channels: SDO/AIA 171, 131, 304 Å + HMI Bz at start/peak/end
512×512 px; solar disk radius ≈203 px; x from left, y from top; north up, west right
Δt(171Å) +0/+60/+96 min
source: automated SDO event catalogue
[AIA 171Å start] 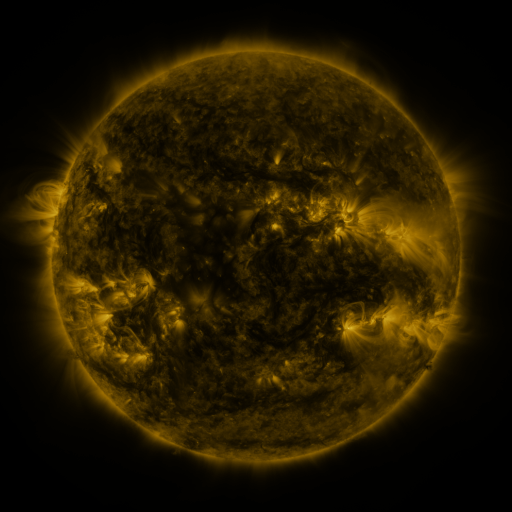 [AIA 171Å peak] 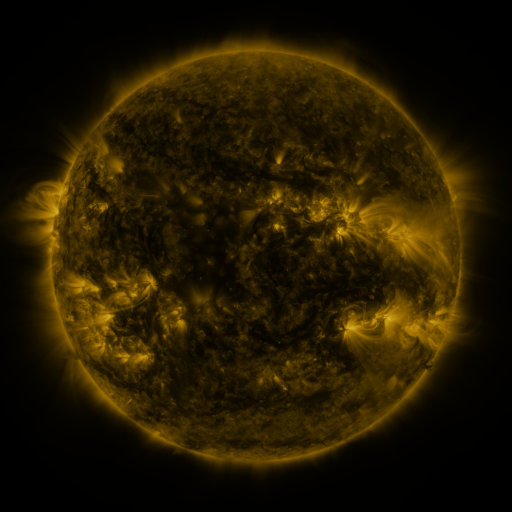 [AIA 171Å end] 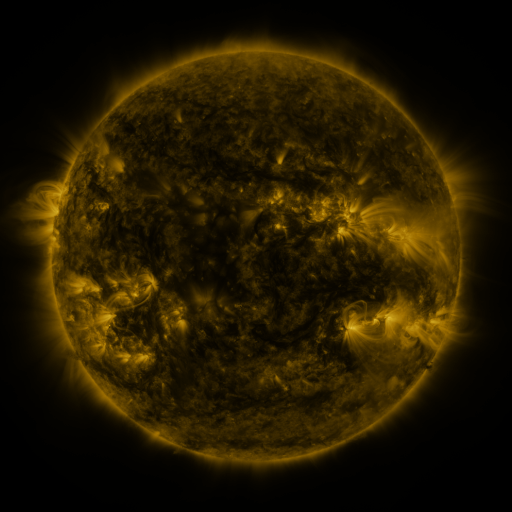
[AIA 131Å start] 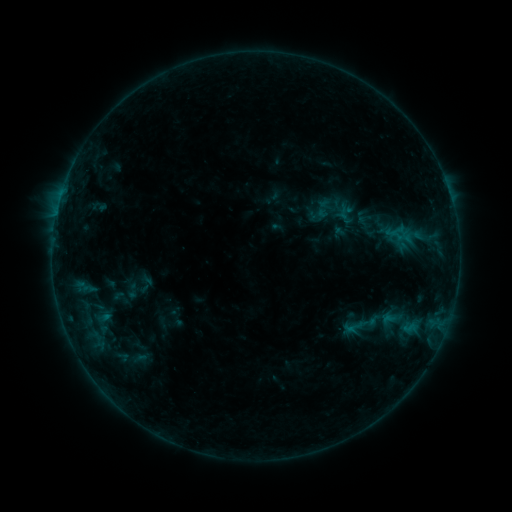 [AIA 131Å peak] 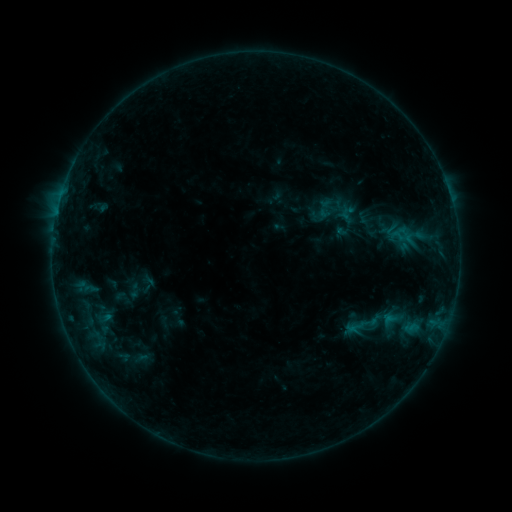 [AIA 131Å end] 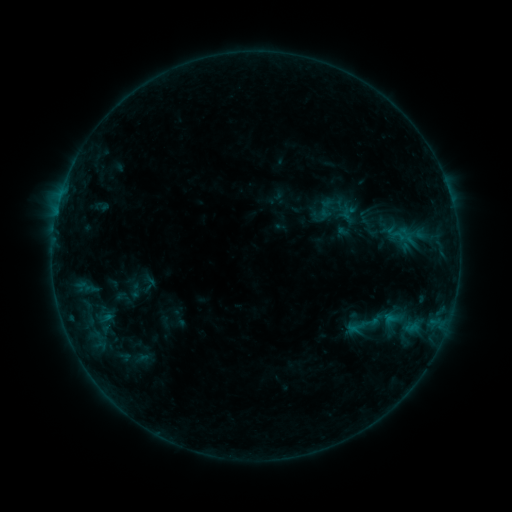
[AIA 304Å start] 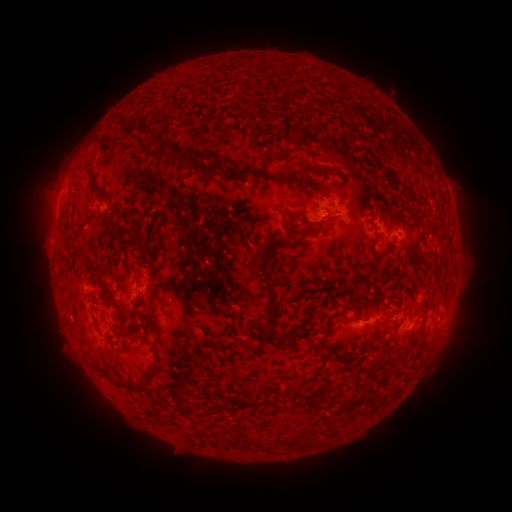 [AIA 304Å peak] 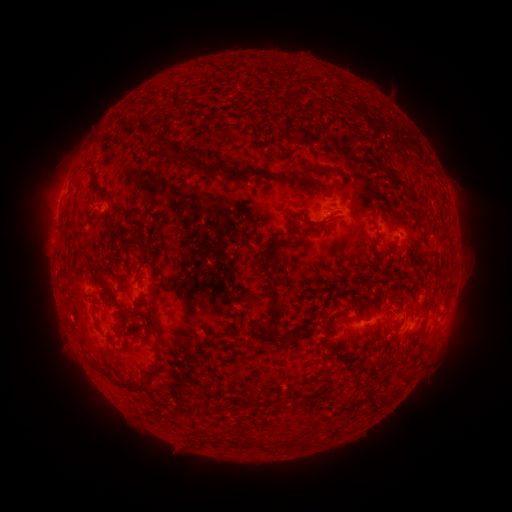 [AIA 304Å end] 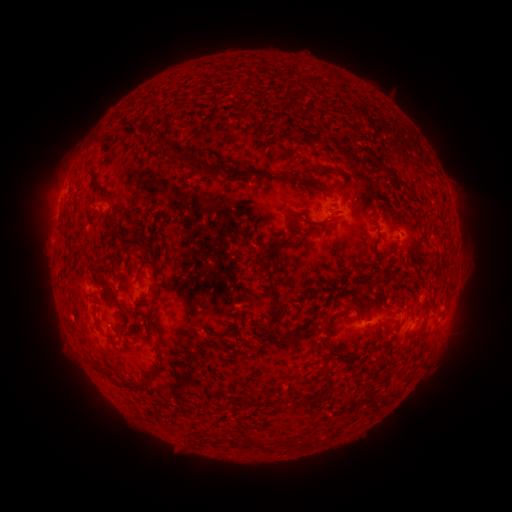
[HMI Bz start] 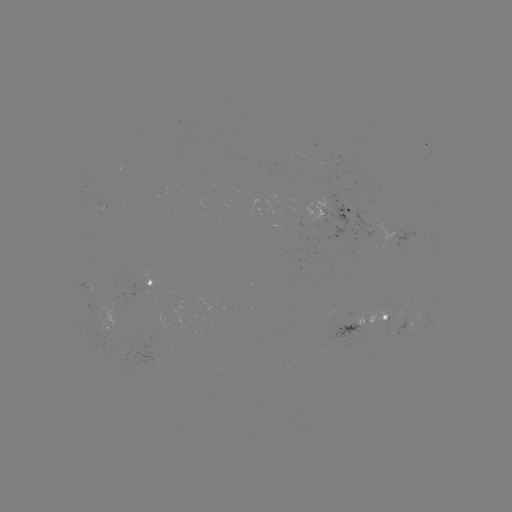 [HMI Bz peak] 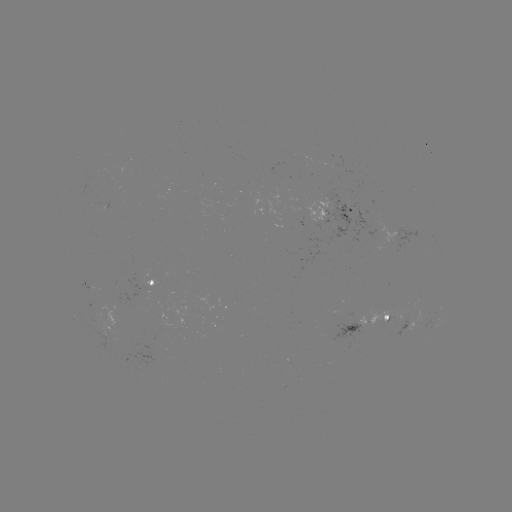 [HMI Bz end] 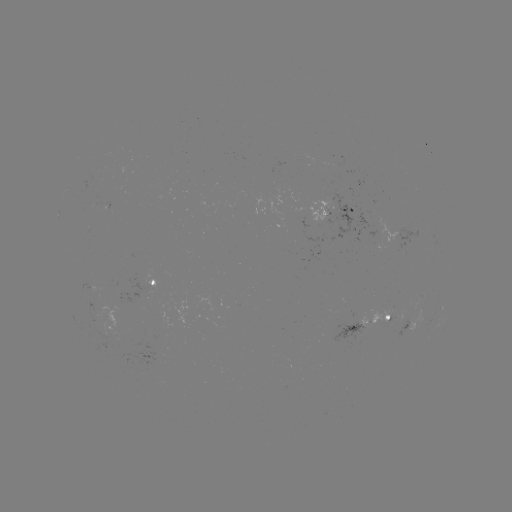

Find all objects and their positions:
emerging-flux region: (107, 324)
